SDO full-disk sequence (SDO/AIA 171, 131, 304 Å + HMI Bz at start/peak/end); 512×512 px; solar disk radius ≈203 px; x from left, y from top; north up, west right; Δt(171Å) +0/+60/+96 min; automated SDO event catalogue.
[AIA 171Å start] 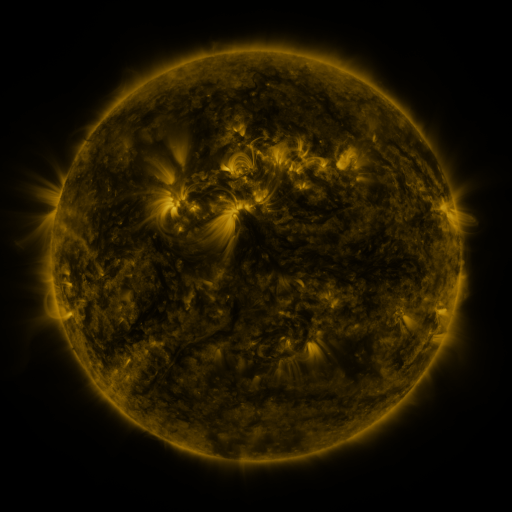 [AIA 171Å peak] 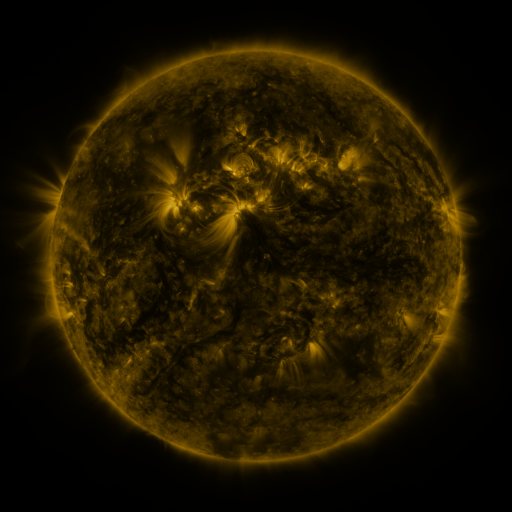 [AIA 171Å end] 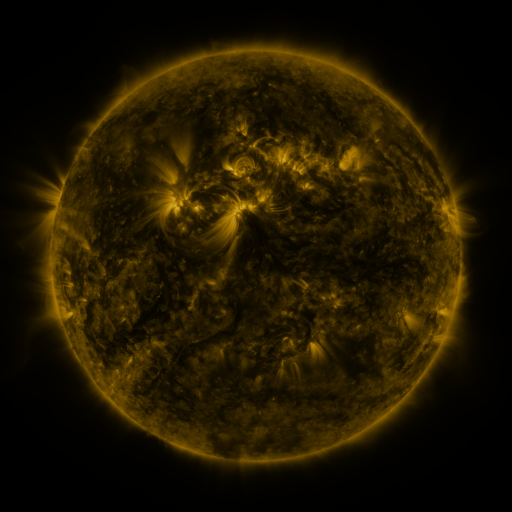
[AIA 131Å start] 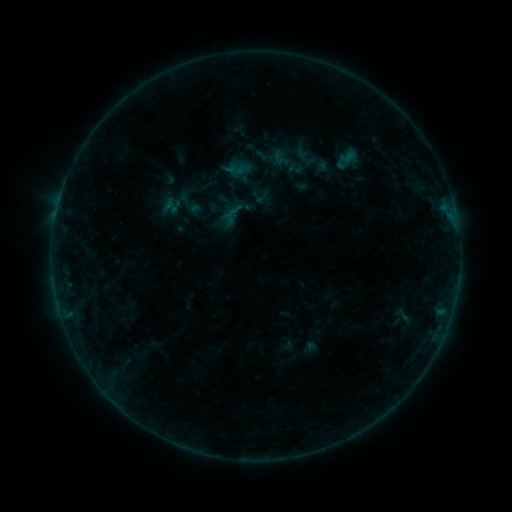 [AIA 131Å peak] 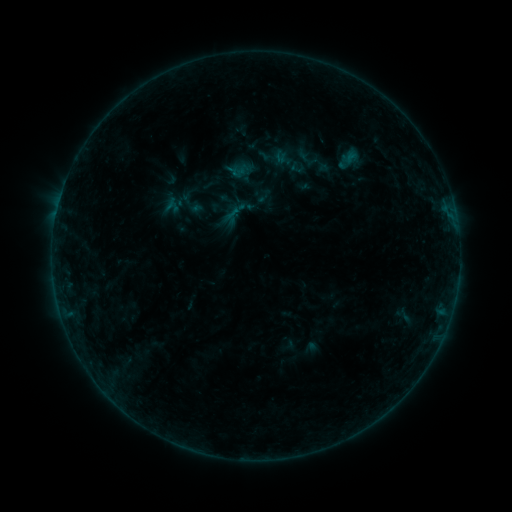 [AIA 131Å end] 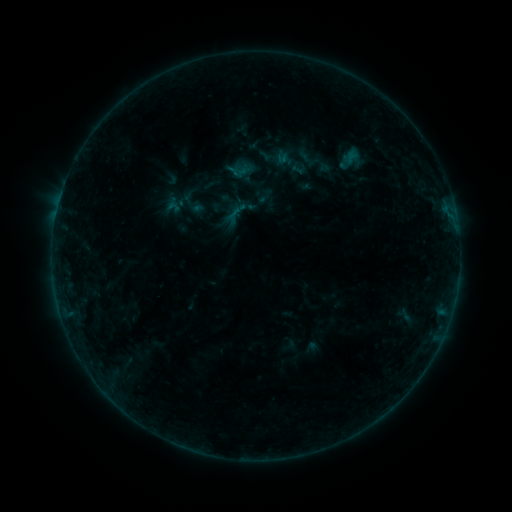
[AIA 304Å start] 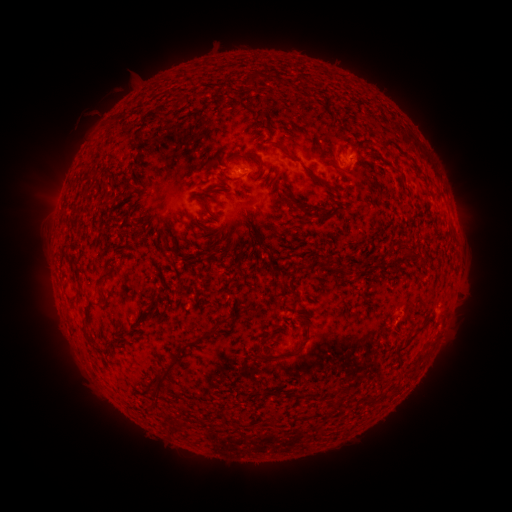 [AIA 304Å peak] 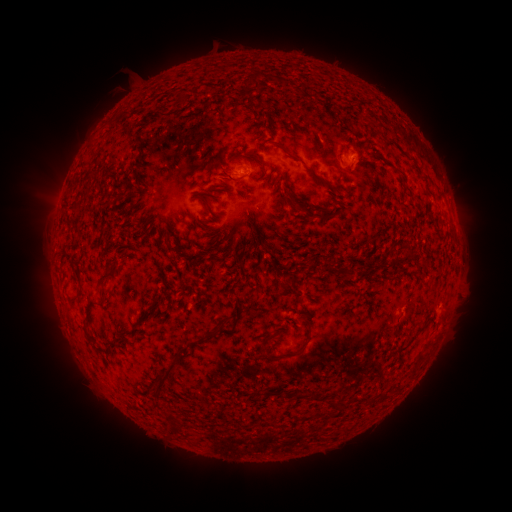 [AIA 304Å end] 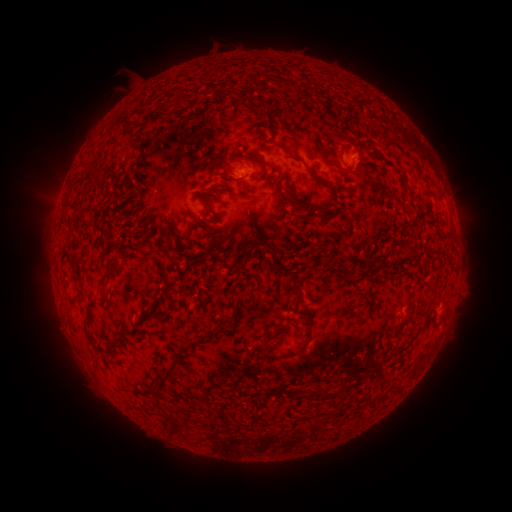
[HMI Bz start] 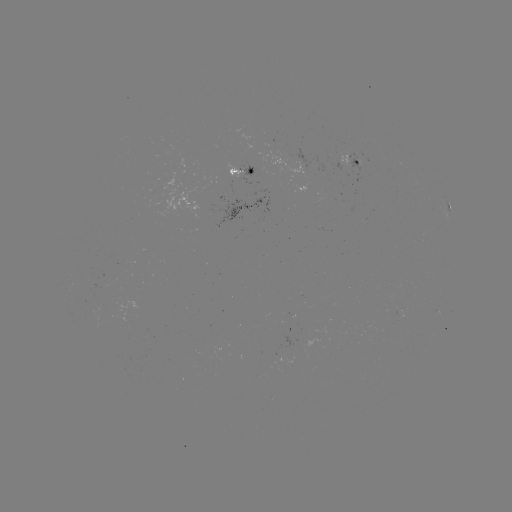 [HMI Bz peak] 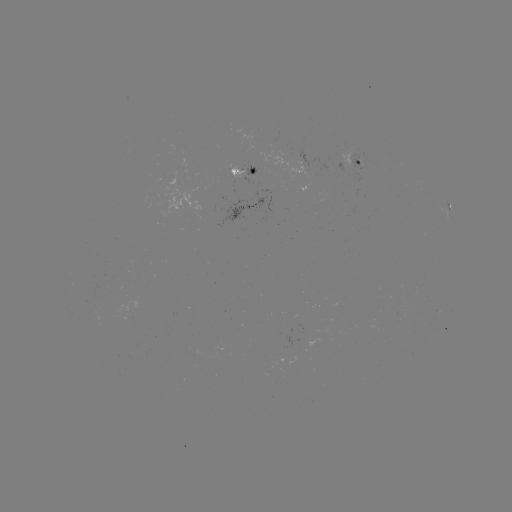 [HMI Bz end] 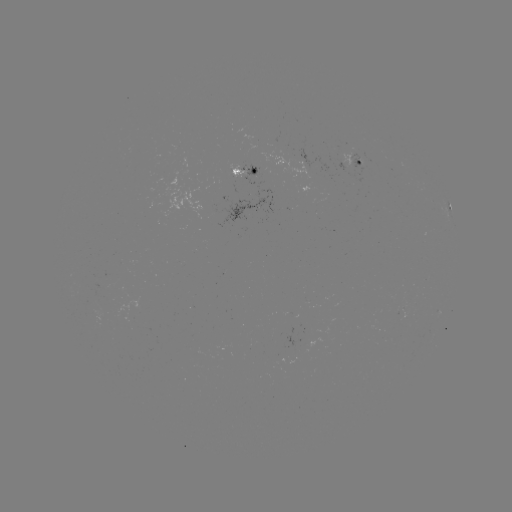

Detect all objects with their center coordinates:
emerging-flux region: (338, 158)
